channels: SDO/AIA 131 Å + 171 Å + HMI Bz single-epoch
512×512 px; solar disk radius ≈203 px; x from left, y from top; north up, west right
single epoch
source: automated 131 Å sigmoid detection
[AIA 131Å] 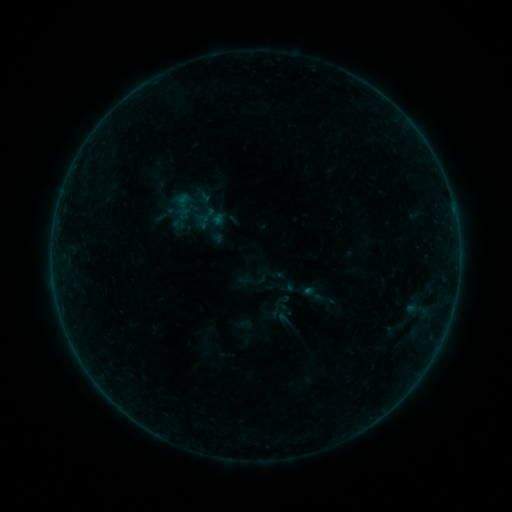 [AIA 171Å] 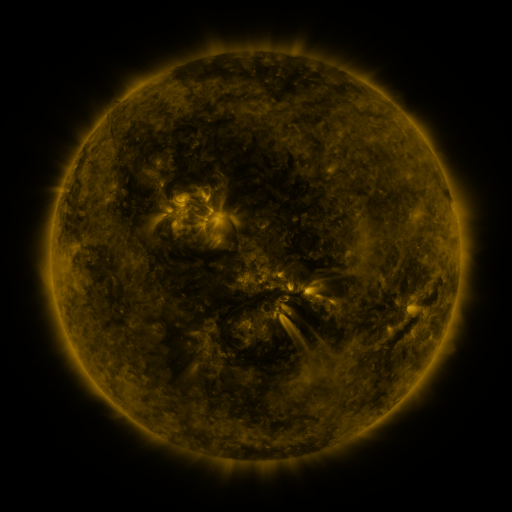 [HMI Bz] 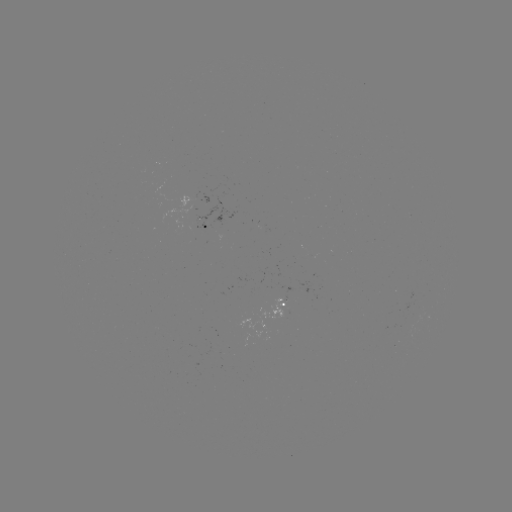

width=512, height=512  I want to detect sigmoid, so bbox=[301, 282, 325, 306].